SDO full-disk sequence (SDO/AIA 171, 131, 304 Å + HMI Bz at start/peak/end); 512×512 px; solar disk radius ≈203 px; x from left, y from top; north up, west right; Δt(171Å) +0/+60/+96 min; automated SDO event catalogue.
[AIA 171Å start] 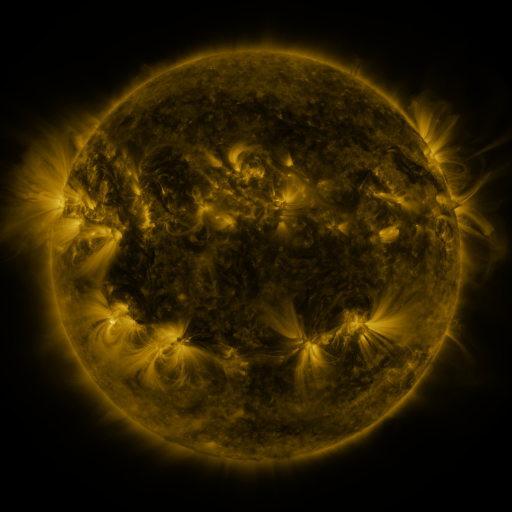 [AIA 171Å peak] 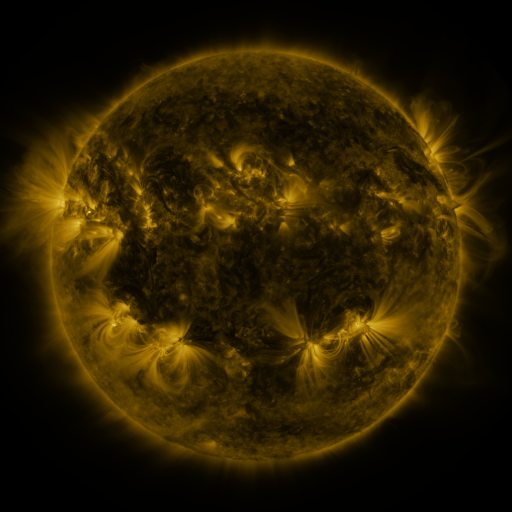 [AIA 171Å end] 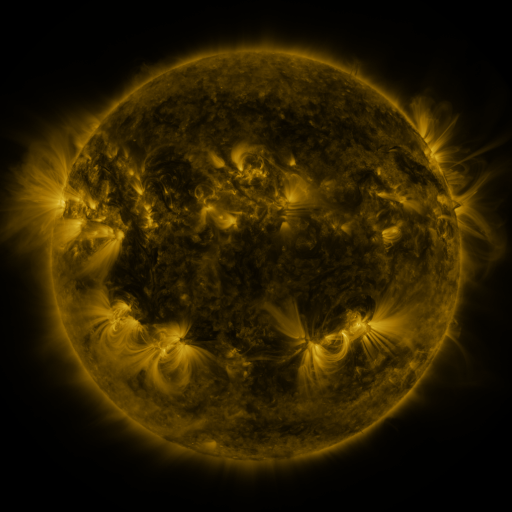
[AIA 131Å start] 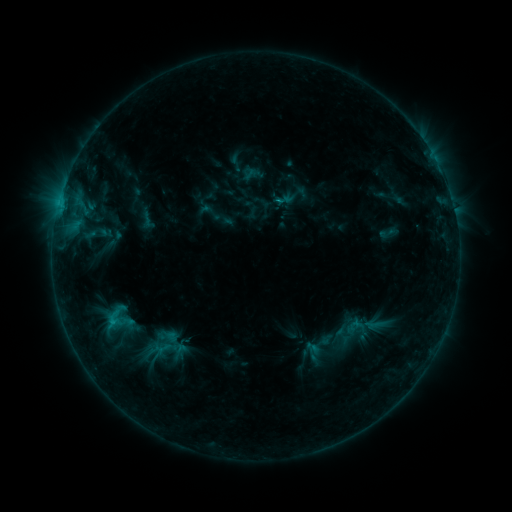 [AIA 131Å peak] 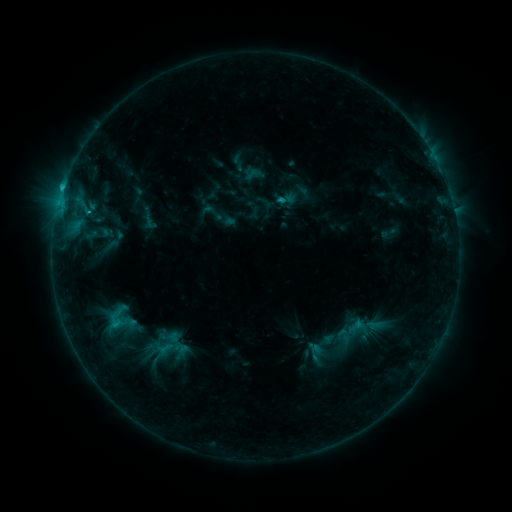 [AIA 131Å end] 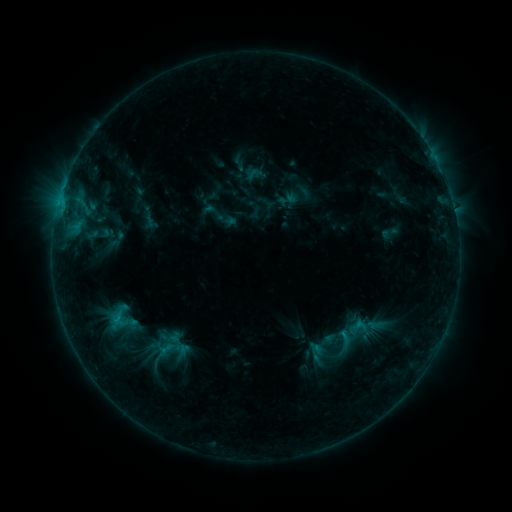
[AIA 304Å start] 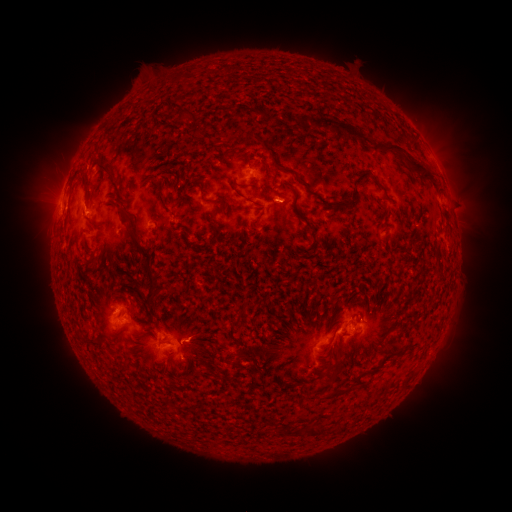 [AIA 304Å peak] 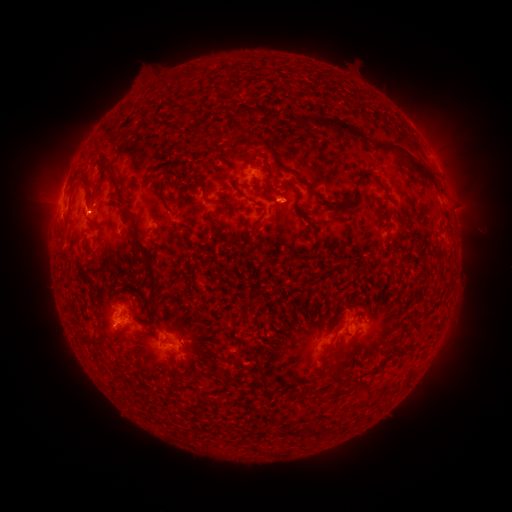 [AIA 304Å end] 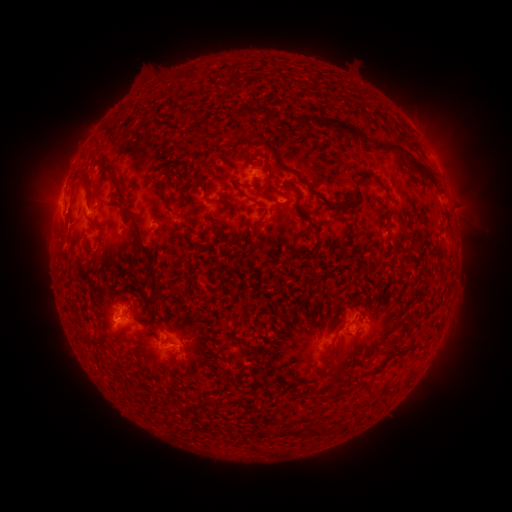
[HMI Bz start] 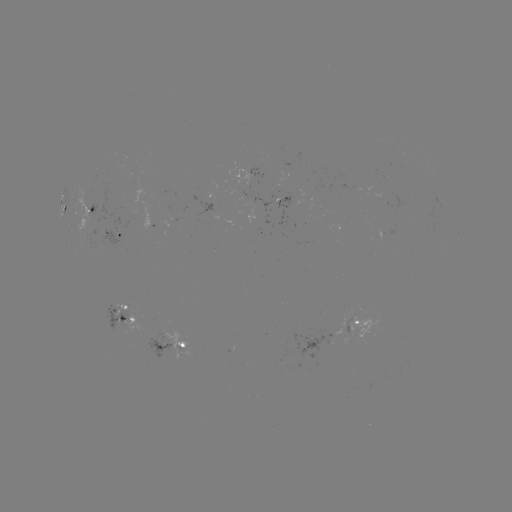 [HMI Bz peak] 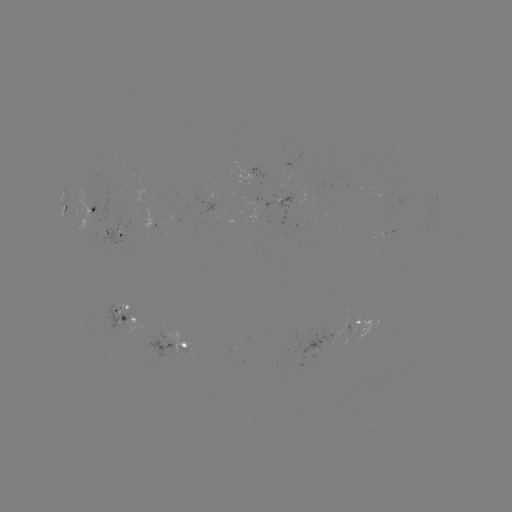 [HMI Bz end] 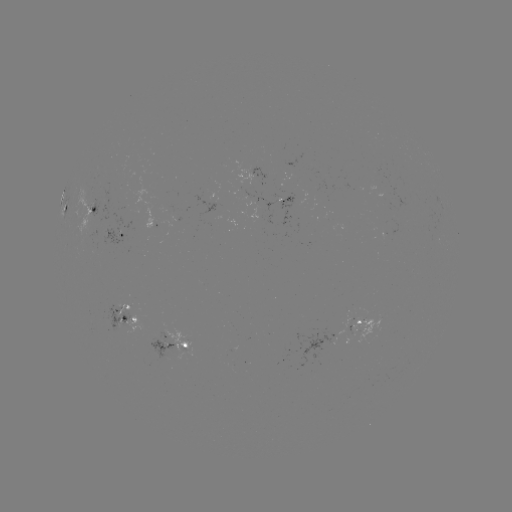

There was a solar emerging-flux region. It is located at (164, 338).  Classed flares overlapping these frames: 1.